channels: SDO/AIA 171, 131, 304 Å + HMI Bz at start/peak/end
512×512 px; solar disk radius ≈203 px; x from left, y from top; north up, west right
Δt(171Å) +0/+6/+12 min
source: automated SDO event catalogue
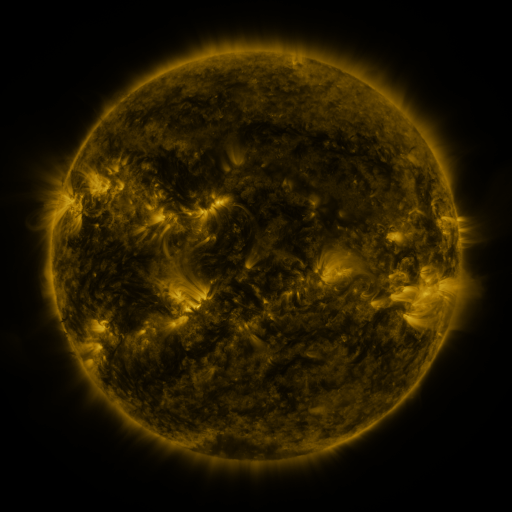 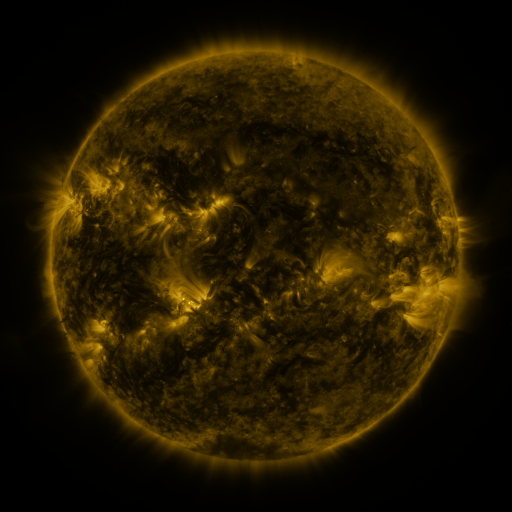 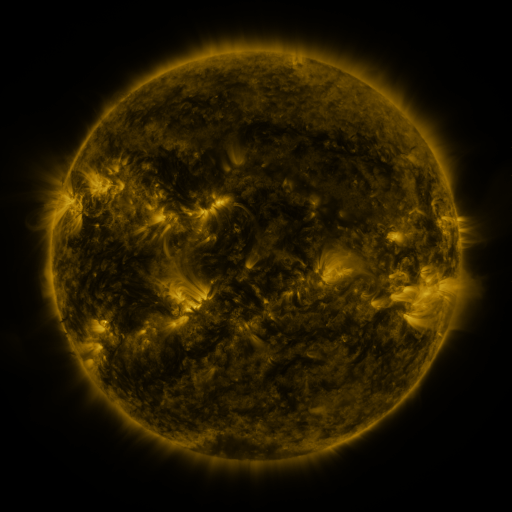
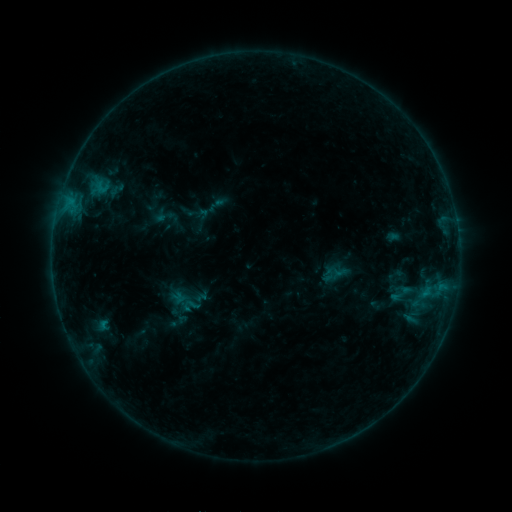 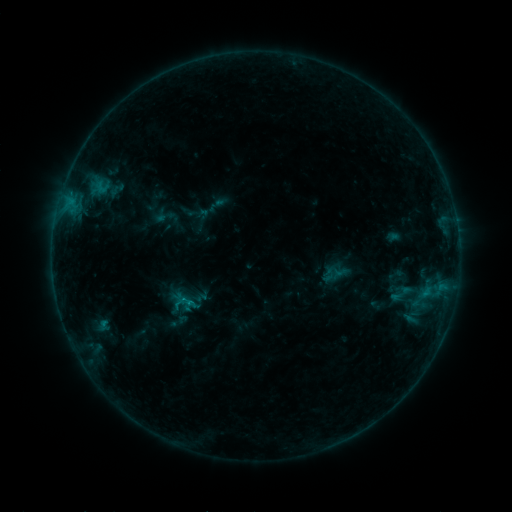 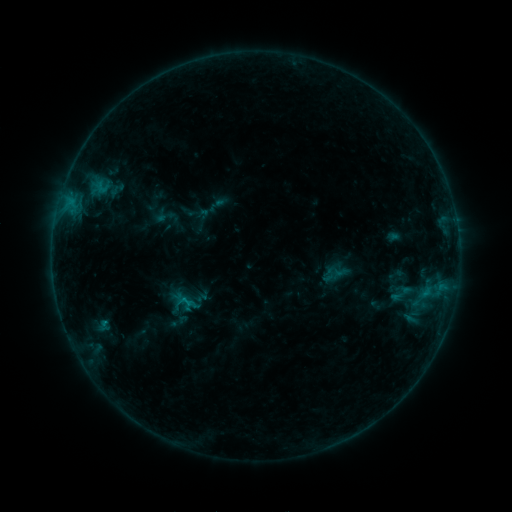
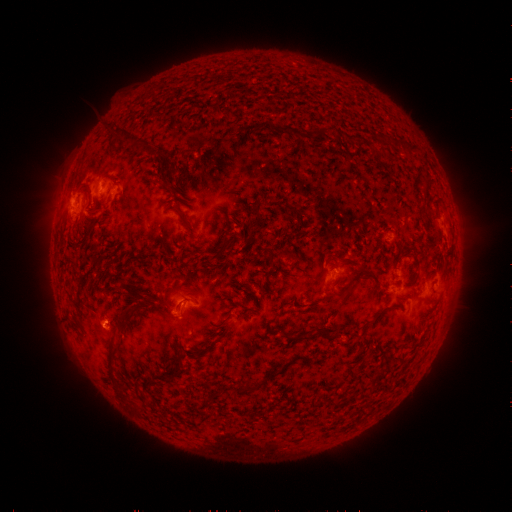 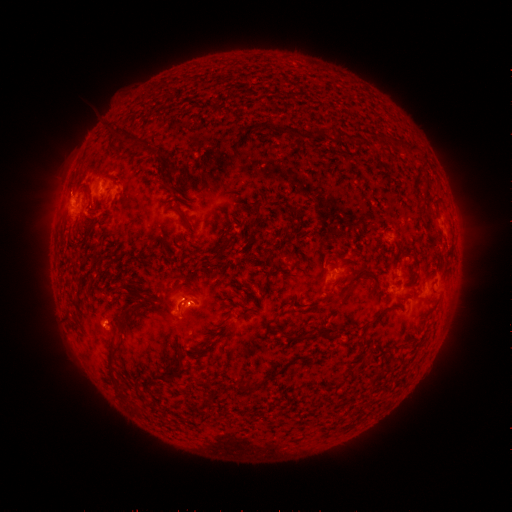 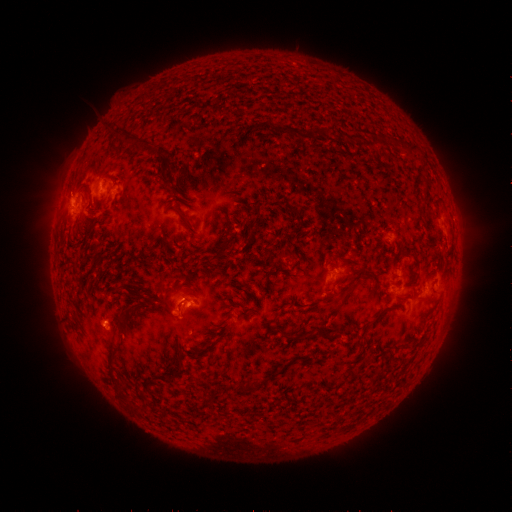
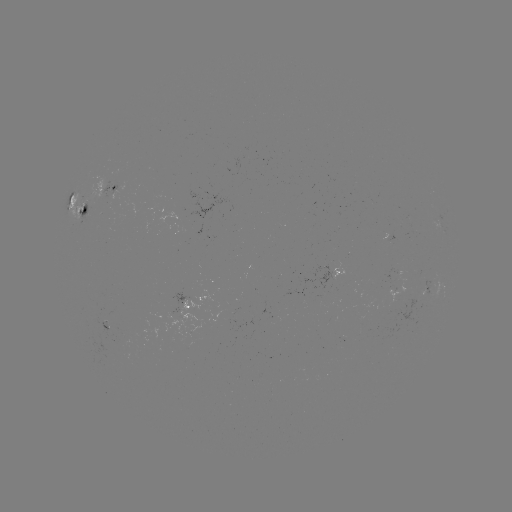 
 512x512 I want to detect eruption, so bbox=[172, 283, 214, 326].